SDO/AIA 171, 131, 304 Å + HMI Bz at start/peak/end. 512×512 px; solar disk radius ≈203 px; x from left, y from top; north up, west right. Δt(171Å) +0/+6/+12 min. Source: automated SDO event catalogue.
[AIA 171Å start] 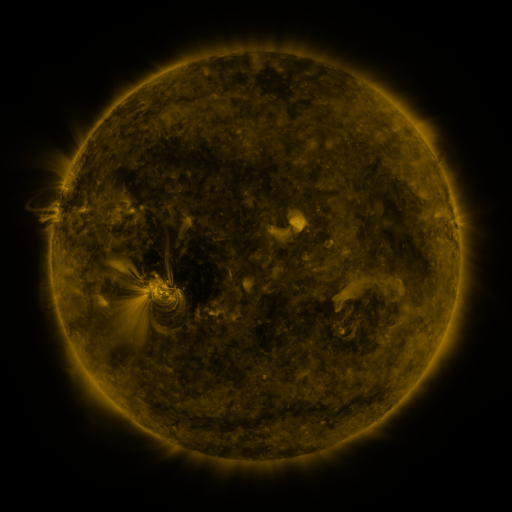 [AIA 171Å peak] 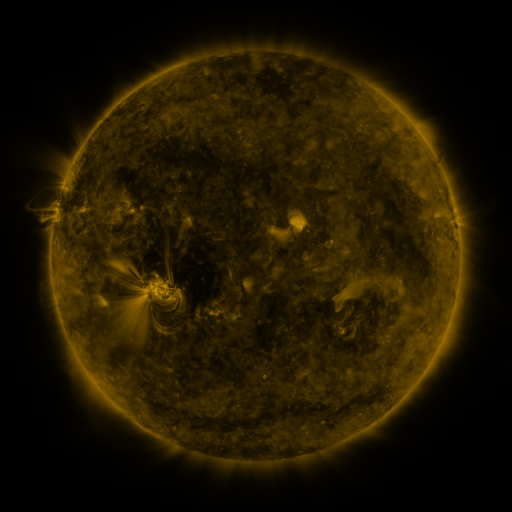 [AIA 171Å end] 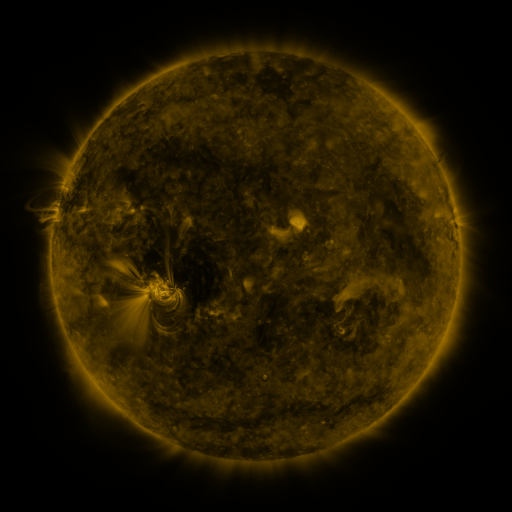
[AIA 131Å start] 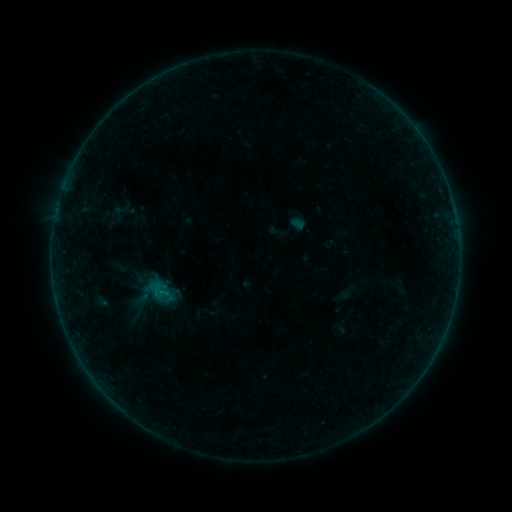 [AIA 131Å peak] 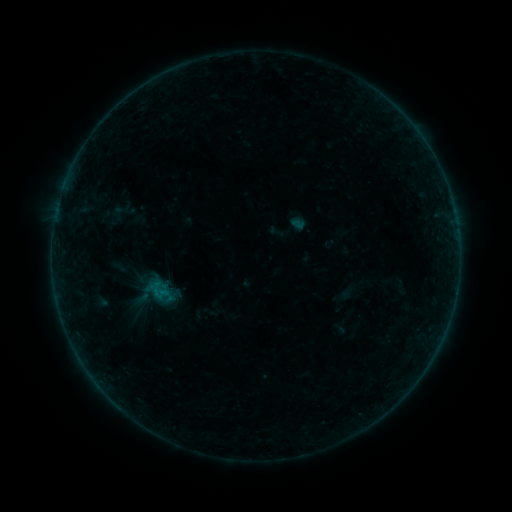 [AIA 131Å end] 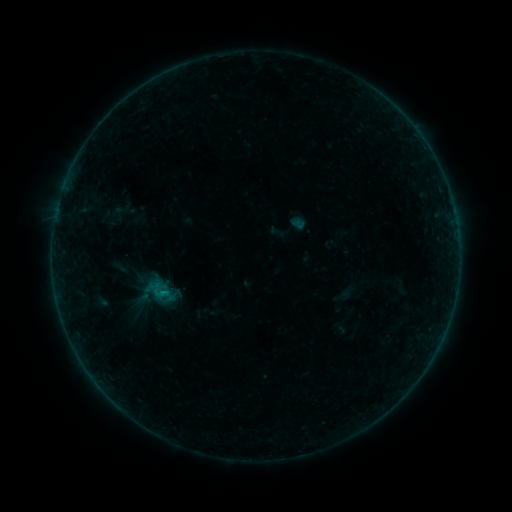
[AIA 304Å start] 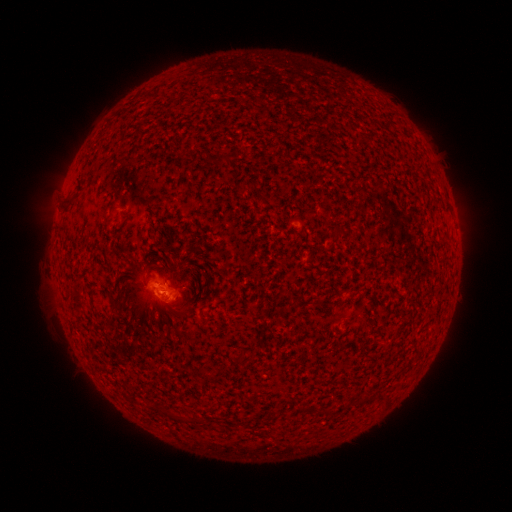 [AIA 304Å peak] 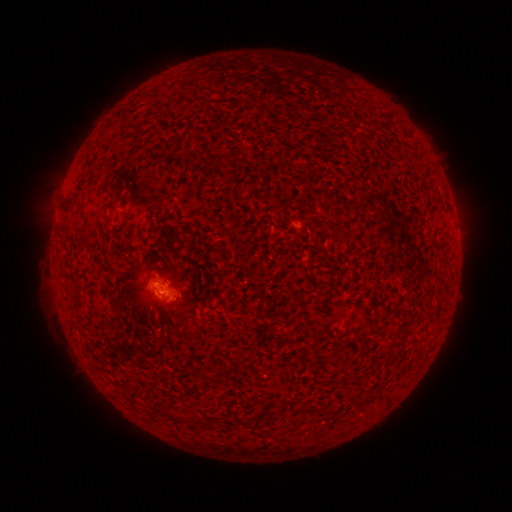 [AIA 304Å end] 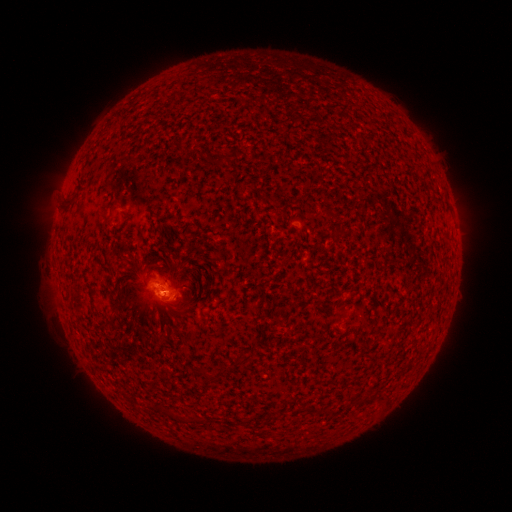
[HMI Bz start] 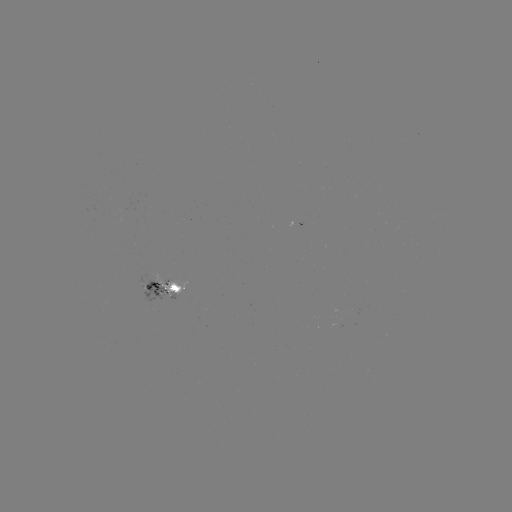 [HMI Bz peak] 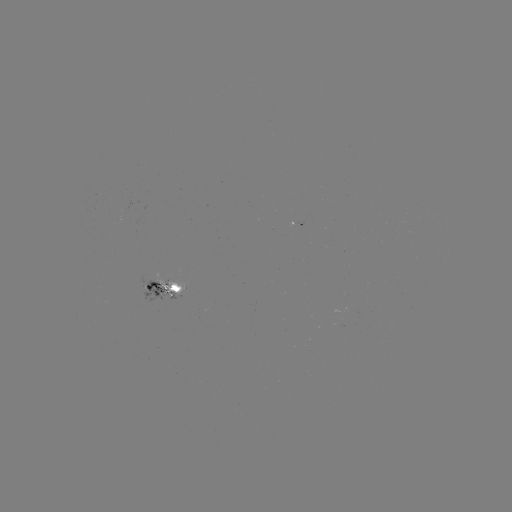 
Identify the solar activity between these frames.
B2.4 flare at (164, 292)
